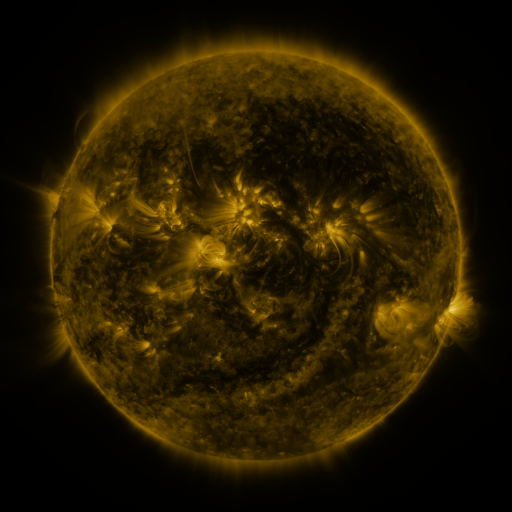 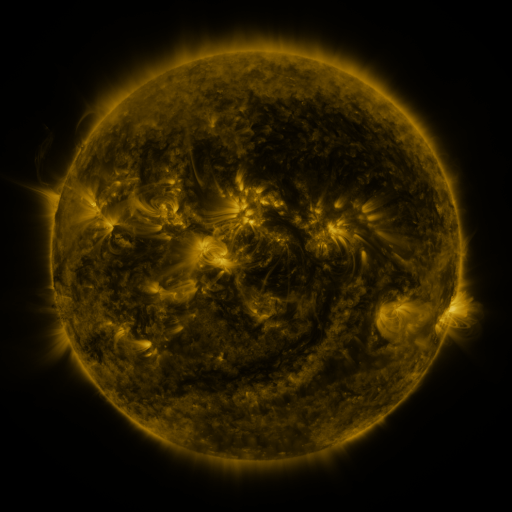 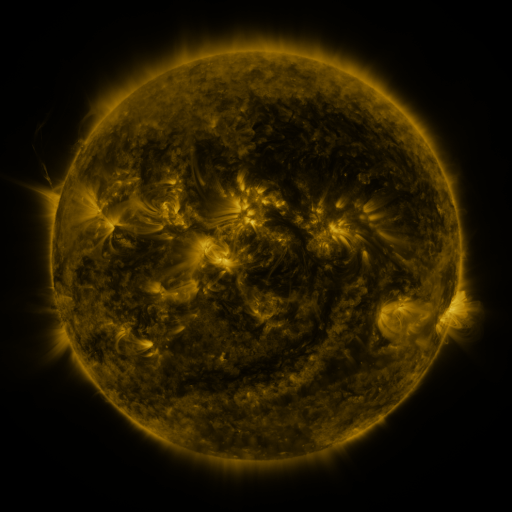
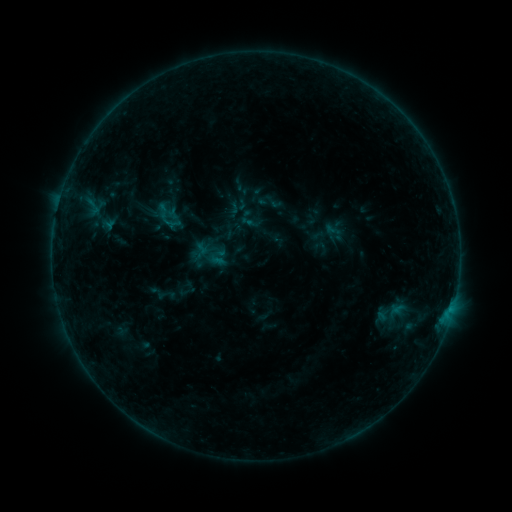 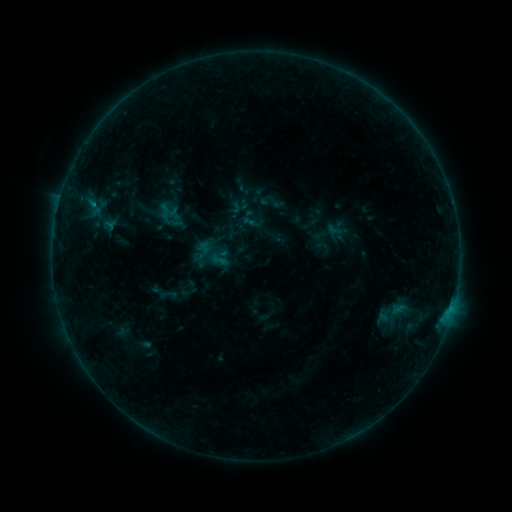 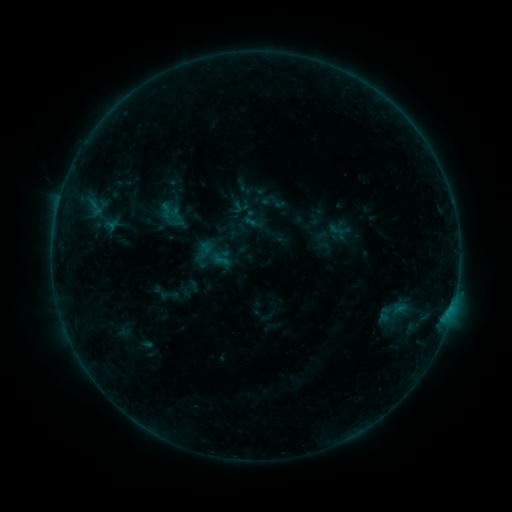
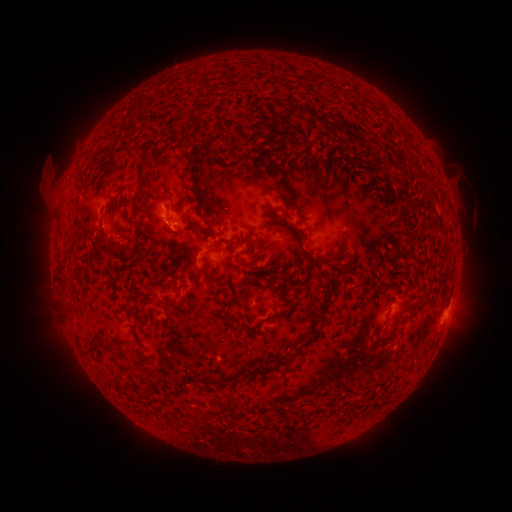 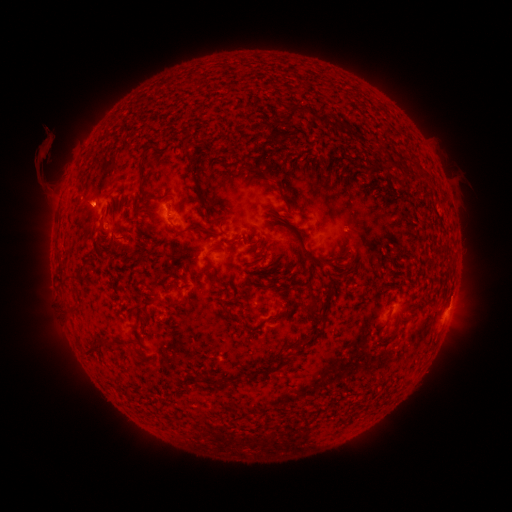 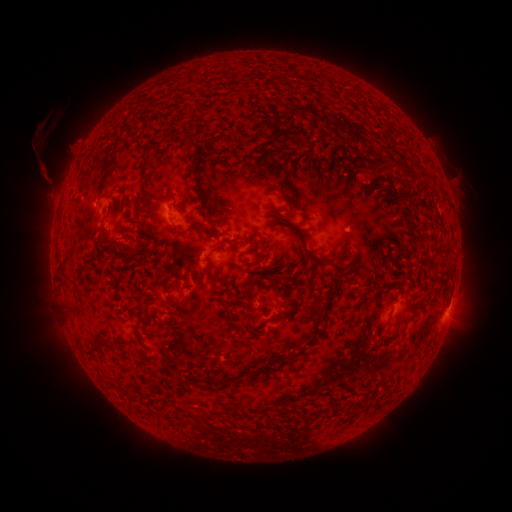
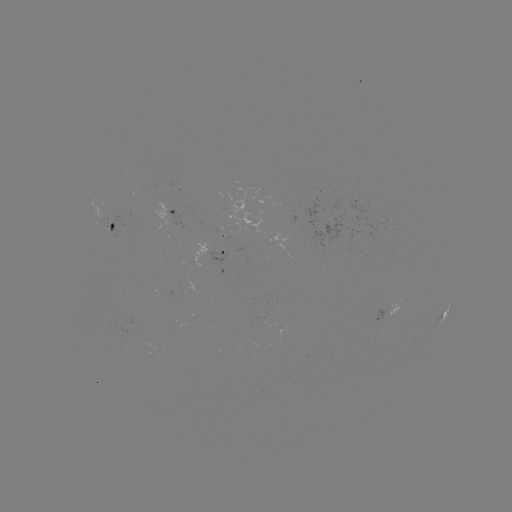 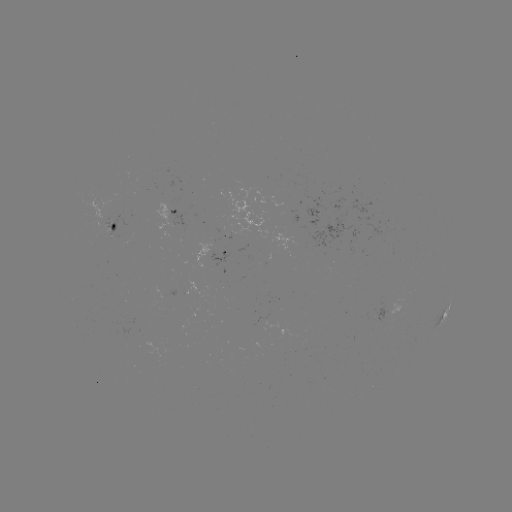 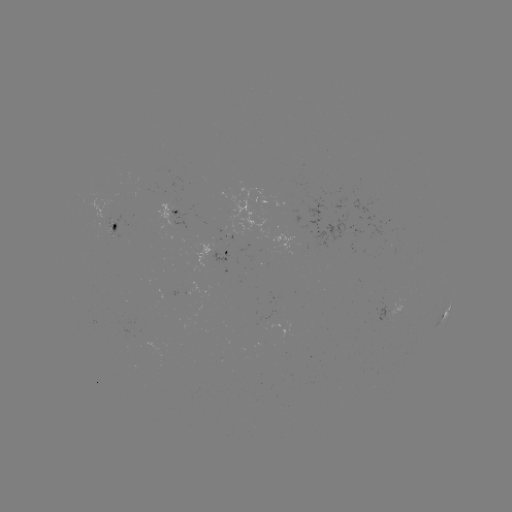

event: emerging-flux region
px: (308, 229)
